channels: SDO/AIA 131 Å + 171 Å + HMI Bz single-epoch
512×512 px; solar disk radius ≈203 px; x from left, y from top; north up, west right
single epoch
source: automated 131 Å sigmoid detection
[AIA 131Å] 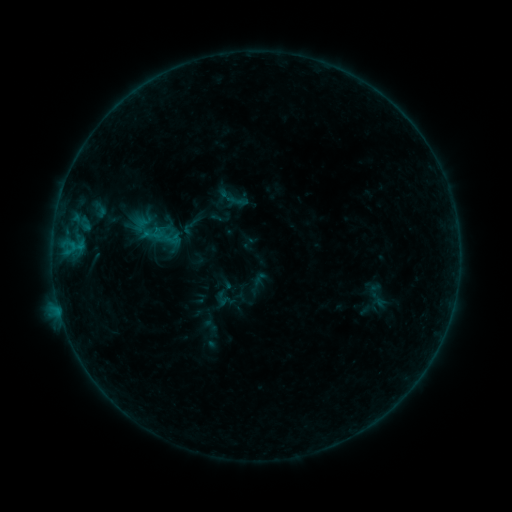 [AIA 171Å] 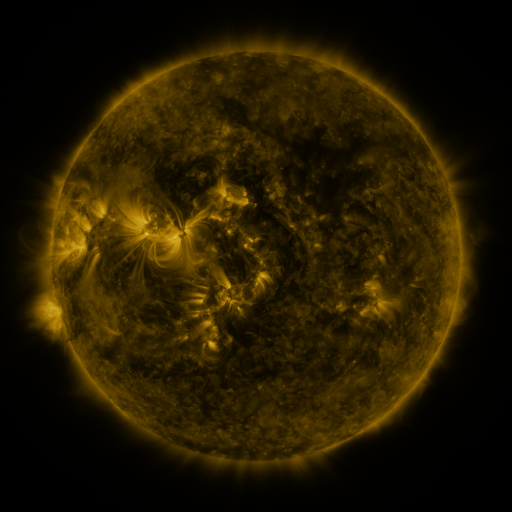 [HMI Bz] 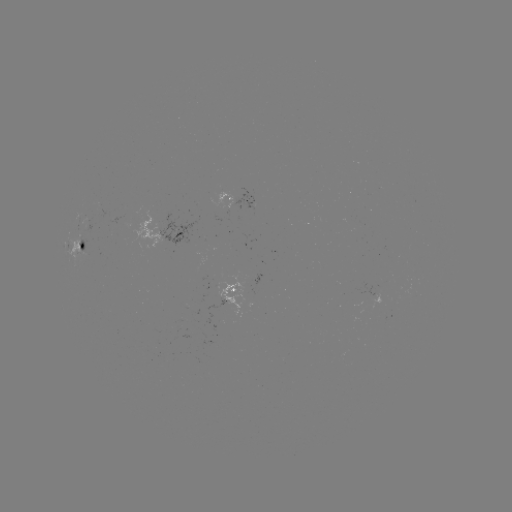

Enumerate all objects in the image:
sigmoid: [141, 222, 164, 247]
sigmoid: [365, 283, 387, 306]
